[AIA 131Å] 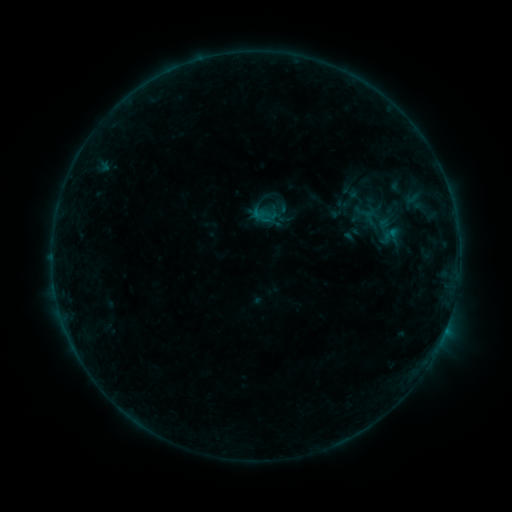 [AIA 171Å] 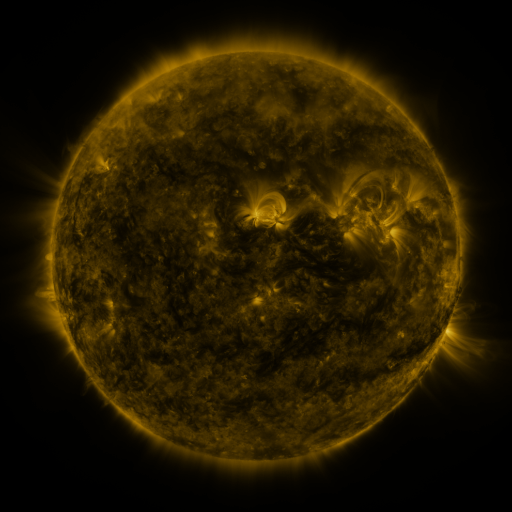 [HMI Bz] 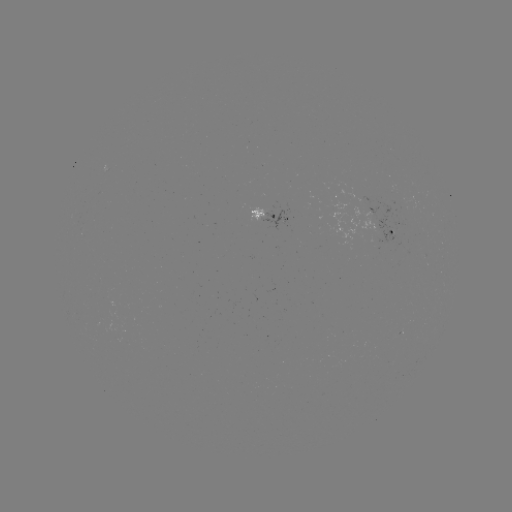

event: sigmoid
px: (384, 224)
